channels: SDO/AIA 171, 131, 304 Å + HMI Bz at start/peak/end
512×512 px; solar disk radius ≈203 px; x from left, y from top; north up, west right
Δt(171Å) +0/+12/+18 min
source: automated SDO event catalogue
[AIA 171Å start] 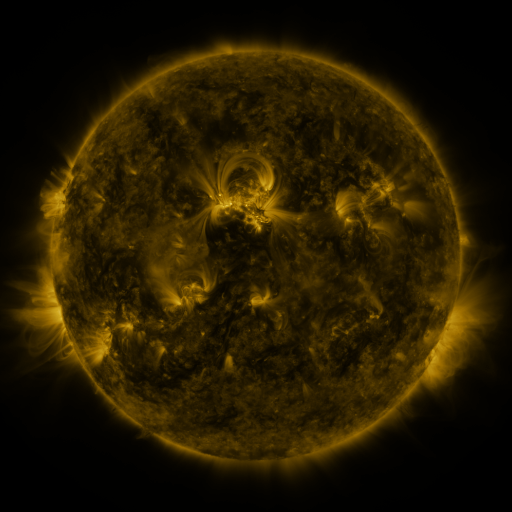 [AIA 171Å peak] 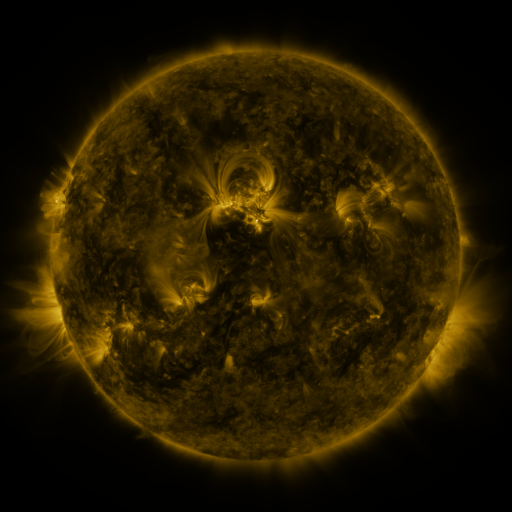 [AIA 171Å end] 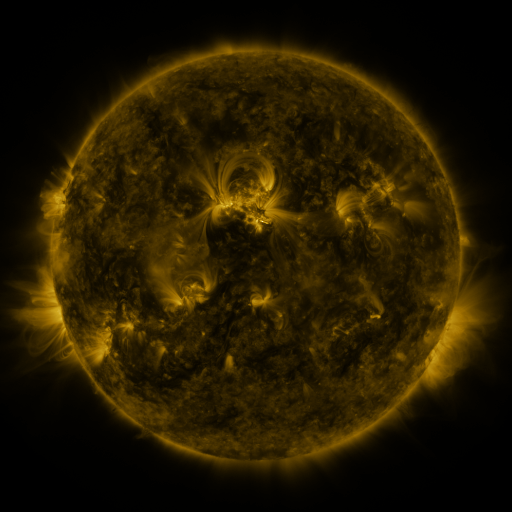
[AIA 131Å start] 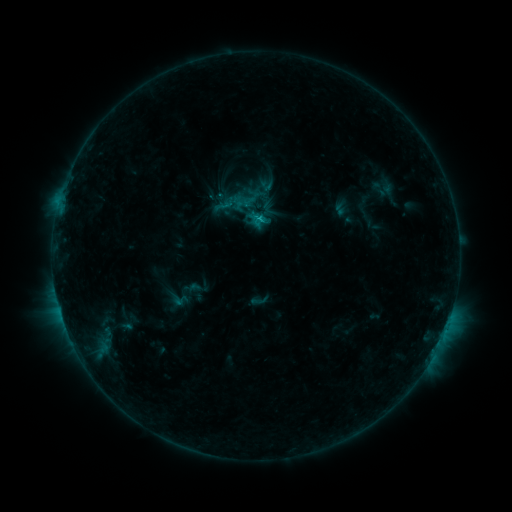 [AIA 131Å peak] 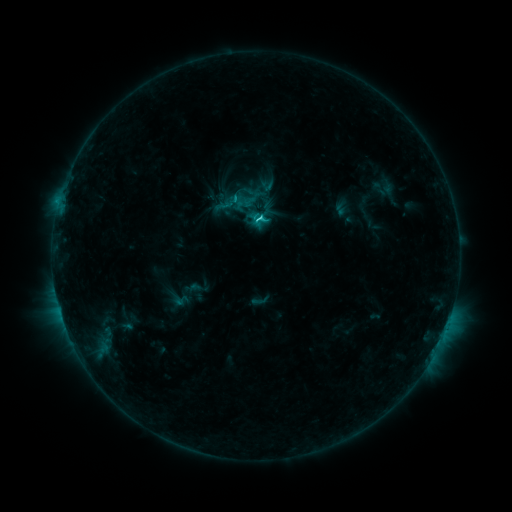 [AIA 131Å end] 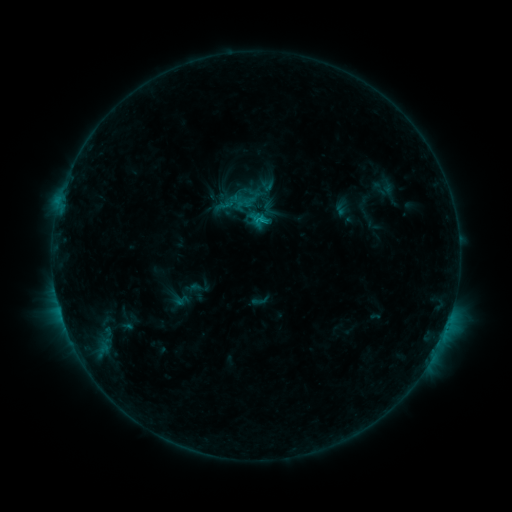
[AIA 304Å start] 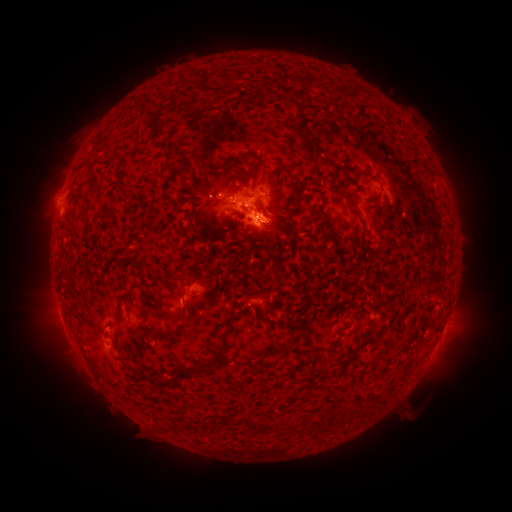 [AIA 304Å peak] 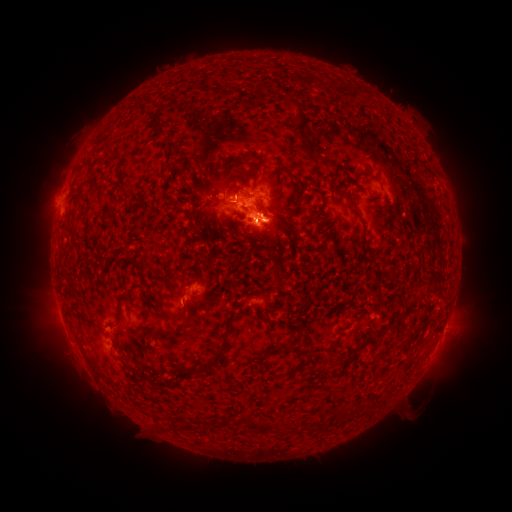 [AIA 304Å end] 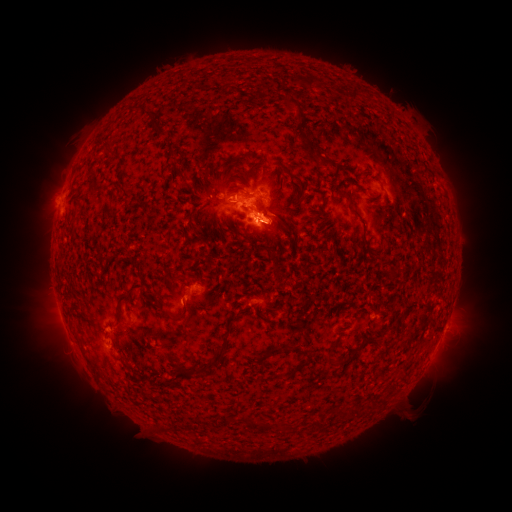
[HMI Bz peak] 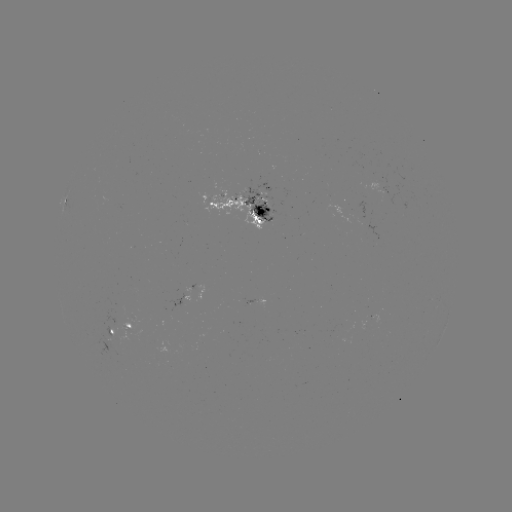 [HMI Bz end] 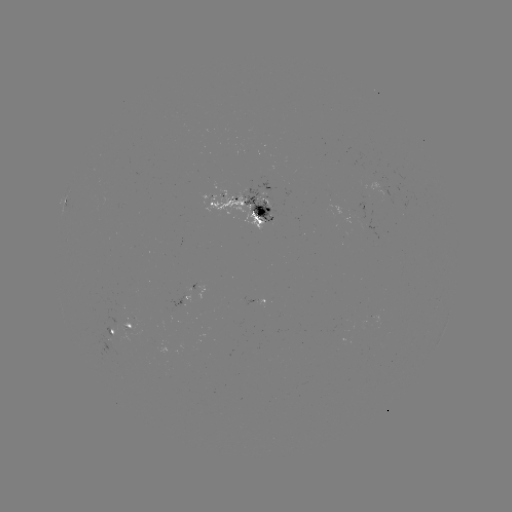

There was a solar flare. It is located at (259, 220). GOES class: C1.7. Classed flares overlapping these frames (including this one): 1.